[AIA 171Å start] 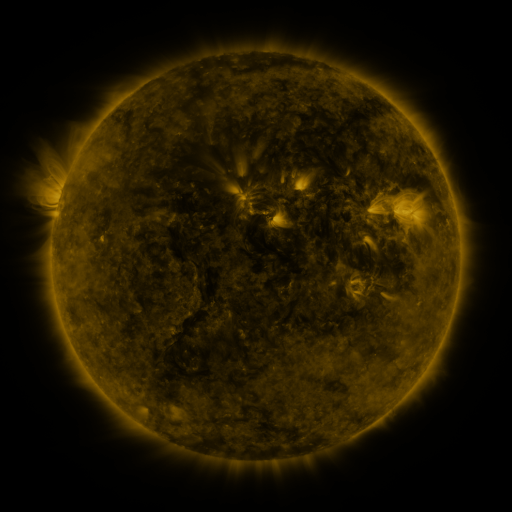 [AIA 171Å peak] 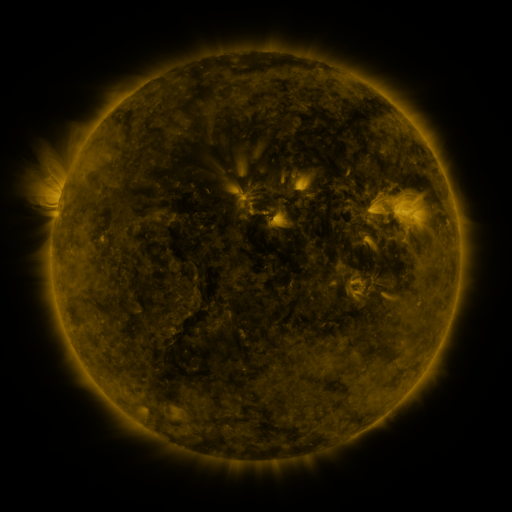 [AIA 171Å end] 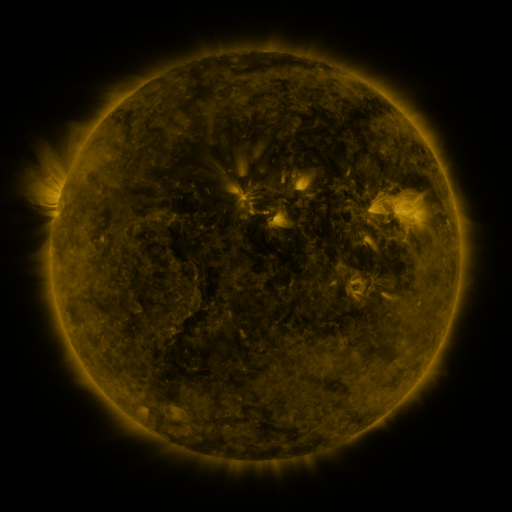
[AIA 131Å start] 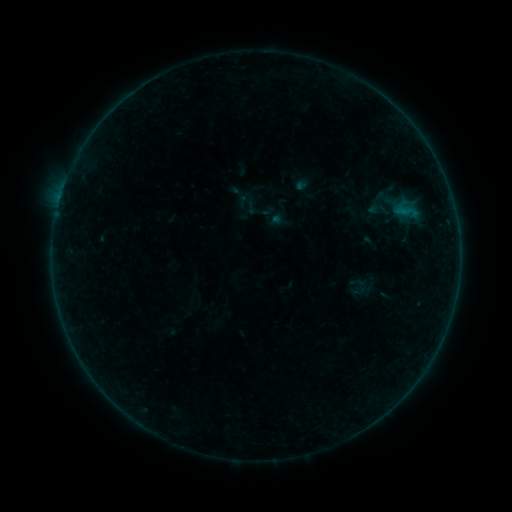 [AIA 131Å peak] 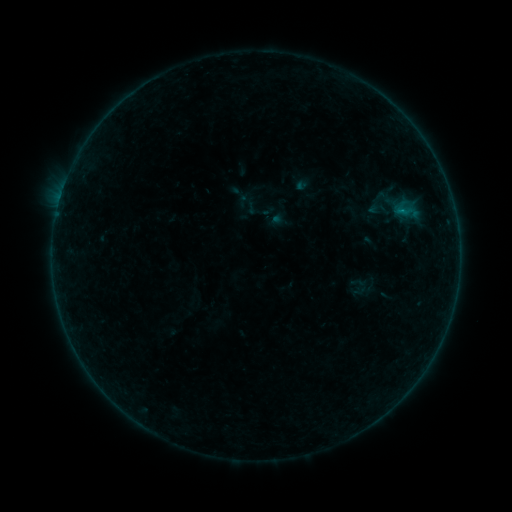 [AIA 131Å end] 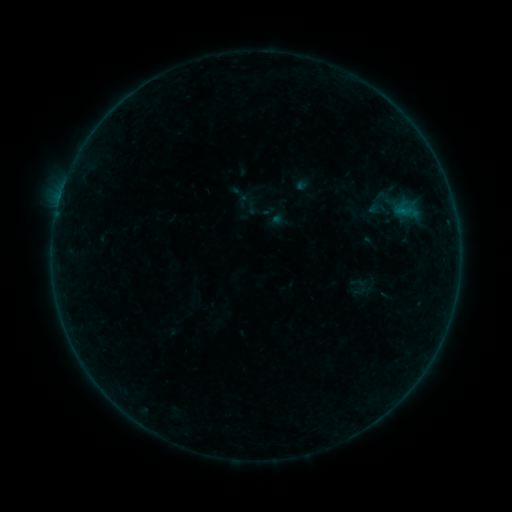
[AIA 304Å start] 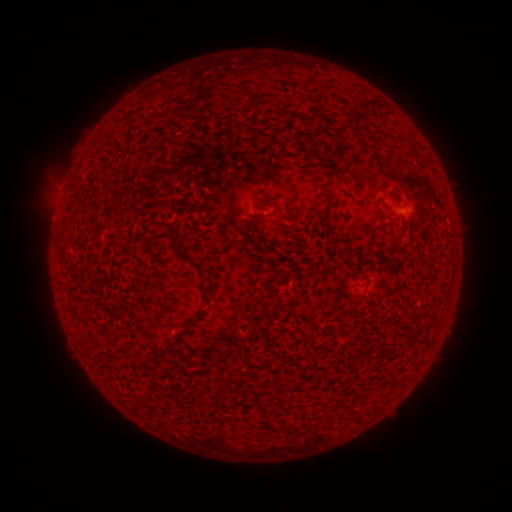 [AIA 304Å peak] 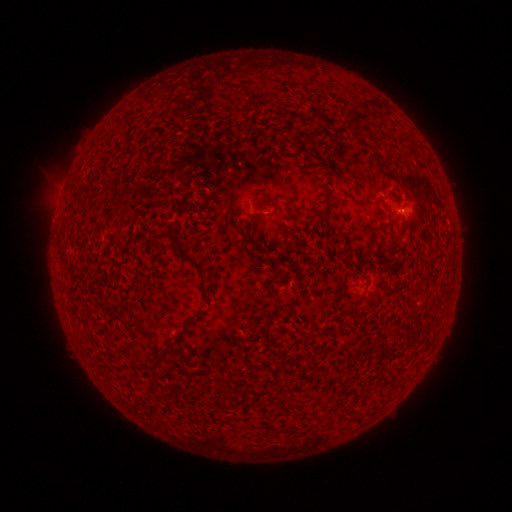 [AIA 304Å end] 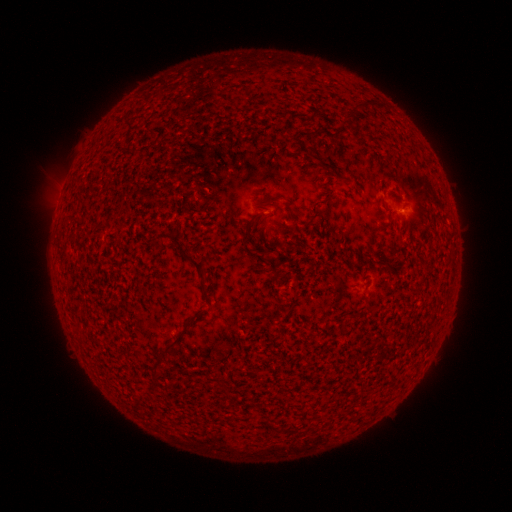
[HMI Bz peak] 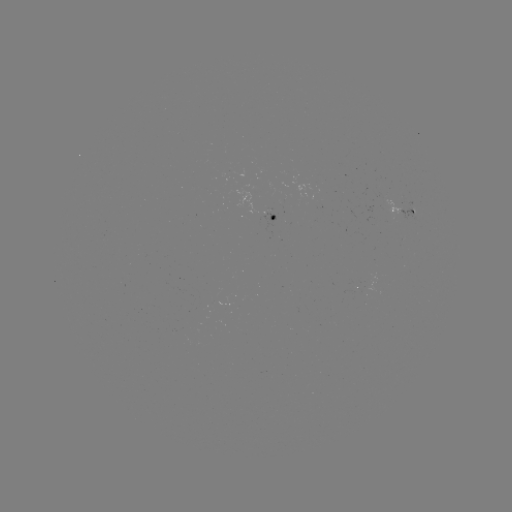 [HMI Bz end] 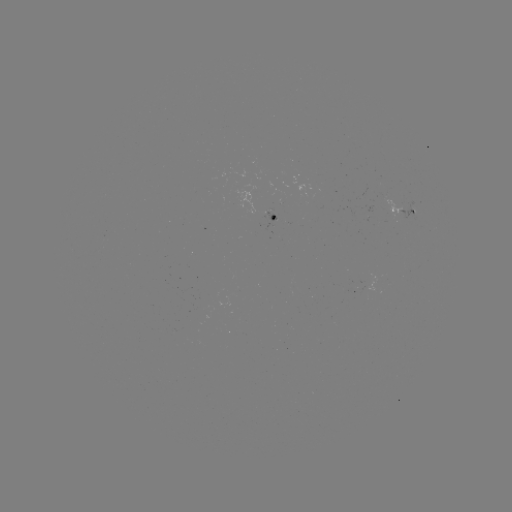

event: flare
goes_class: B1.0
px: (401, 213)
